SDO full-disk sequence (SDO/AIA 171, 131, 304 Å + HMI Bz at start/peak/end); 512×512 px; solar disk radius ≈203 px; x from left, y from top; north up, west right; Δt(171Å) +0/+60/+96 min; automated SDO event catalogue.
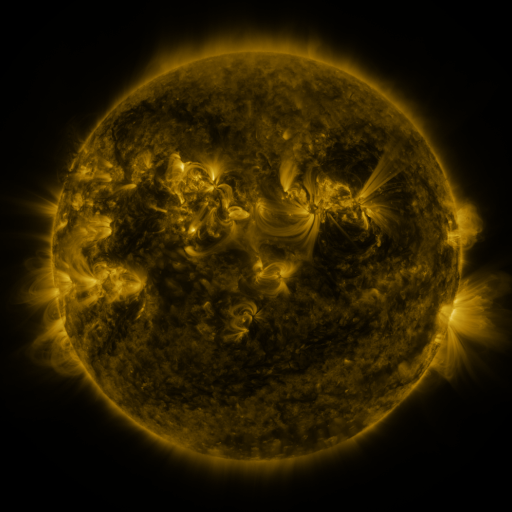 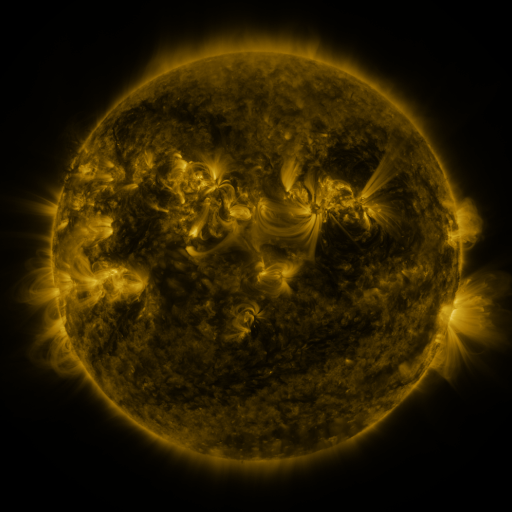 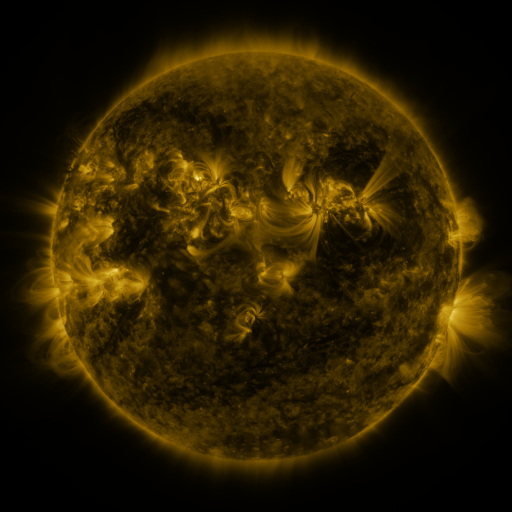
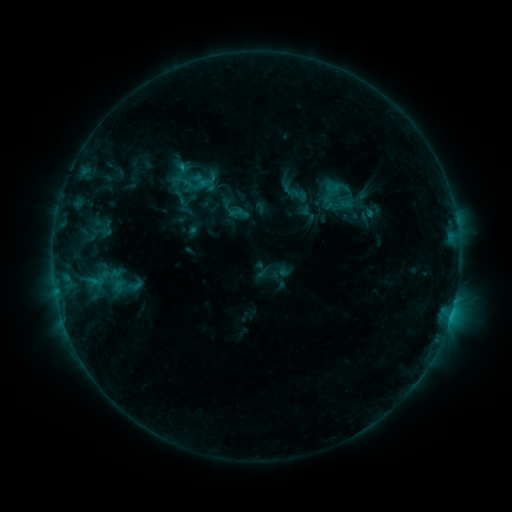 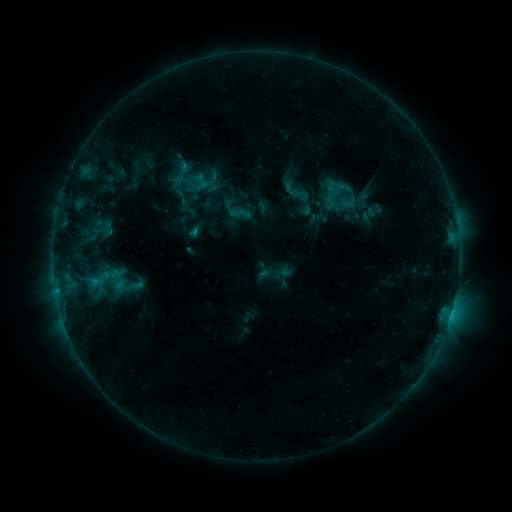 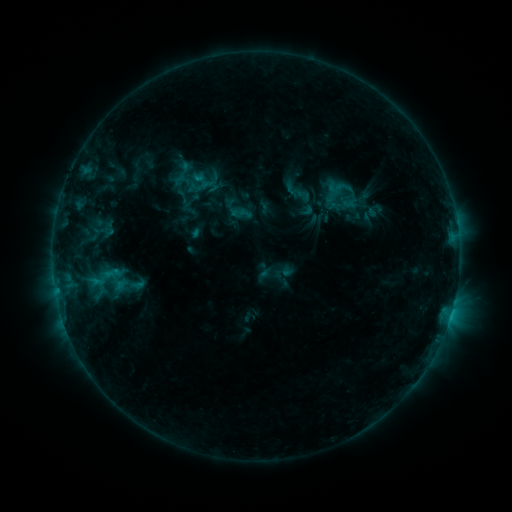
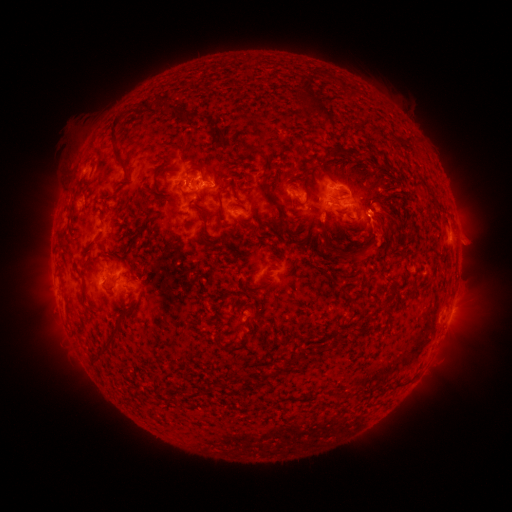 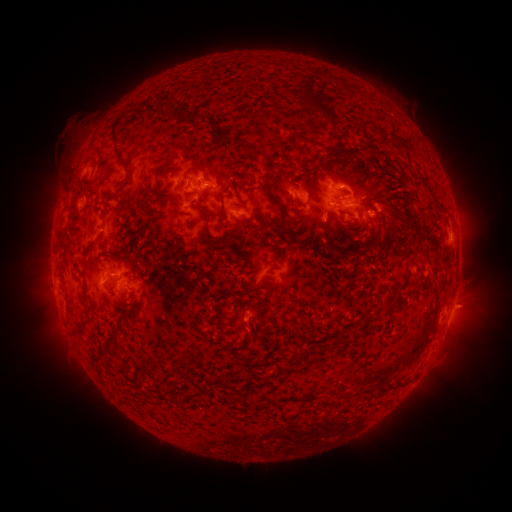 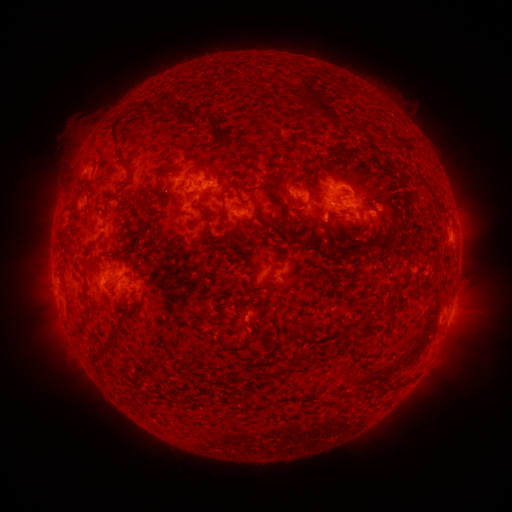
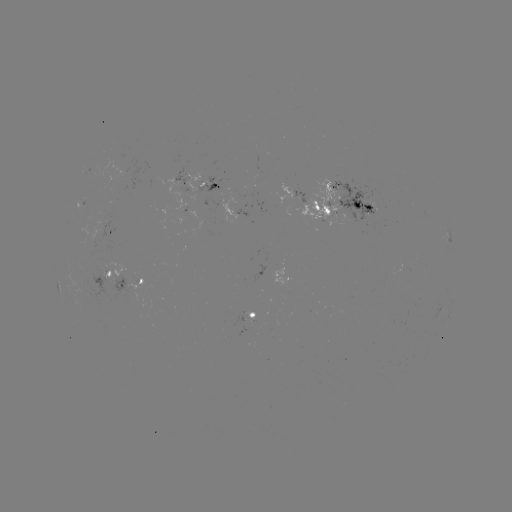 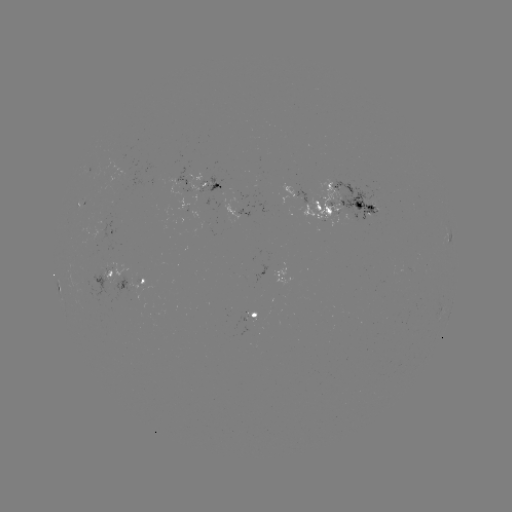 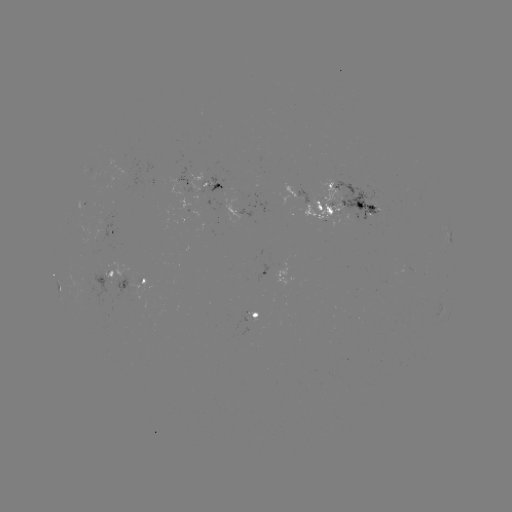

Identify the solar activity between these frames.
emerging-flux region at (105, 225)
